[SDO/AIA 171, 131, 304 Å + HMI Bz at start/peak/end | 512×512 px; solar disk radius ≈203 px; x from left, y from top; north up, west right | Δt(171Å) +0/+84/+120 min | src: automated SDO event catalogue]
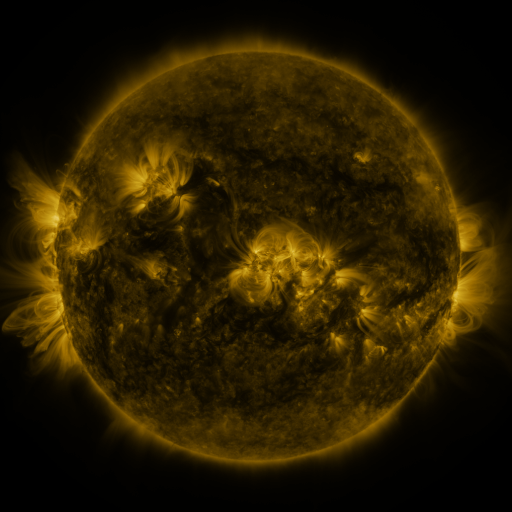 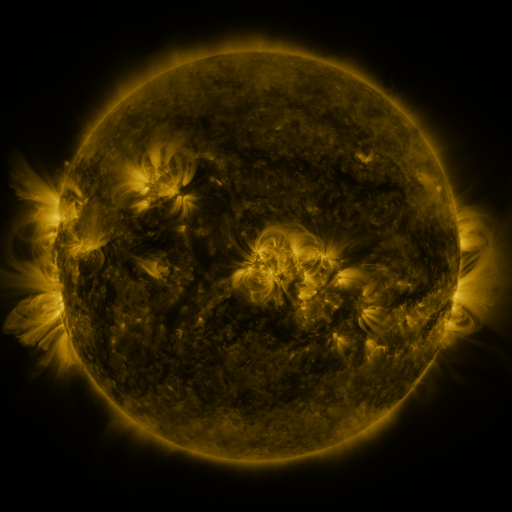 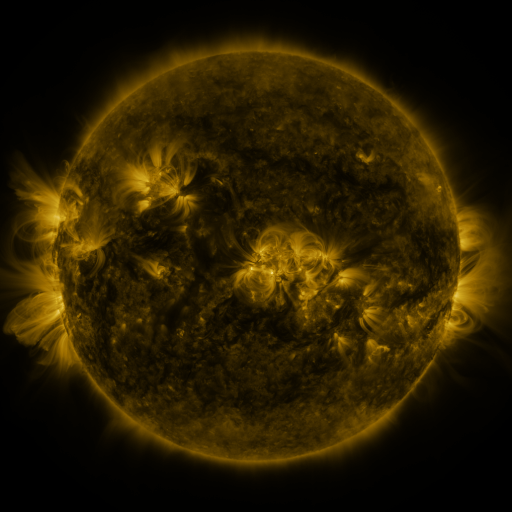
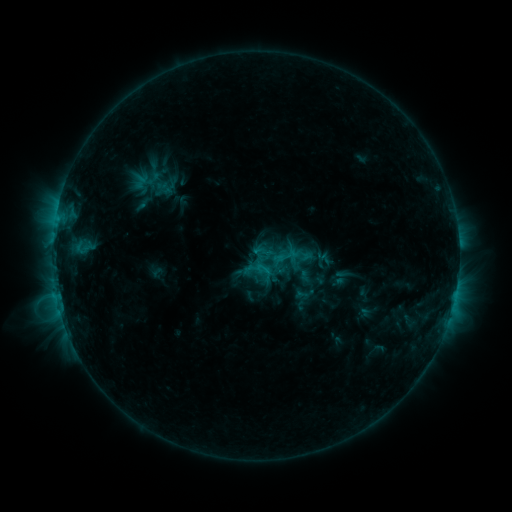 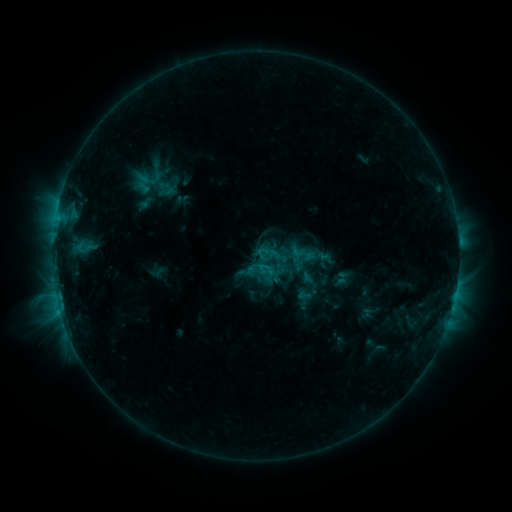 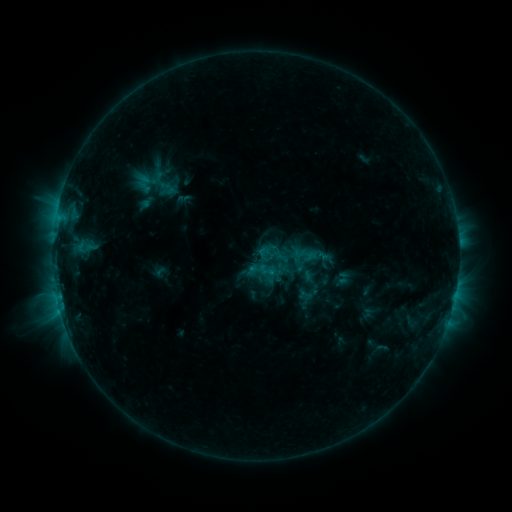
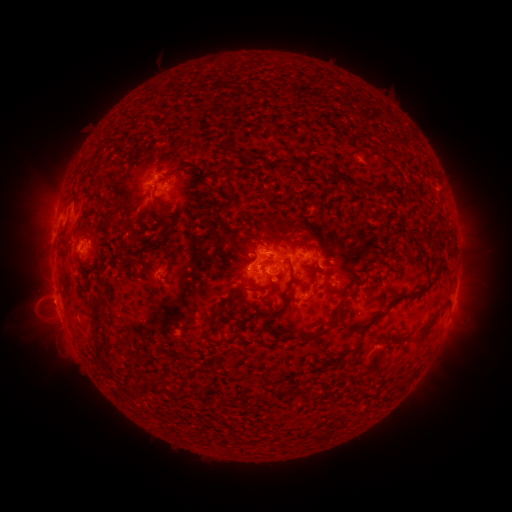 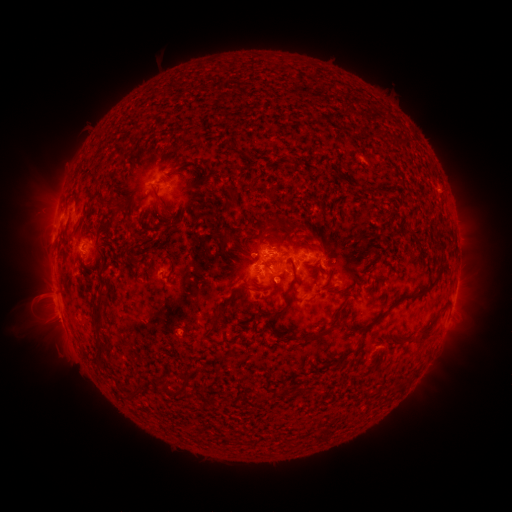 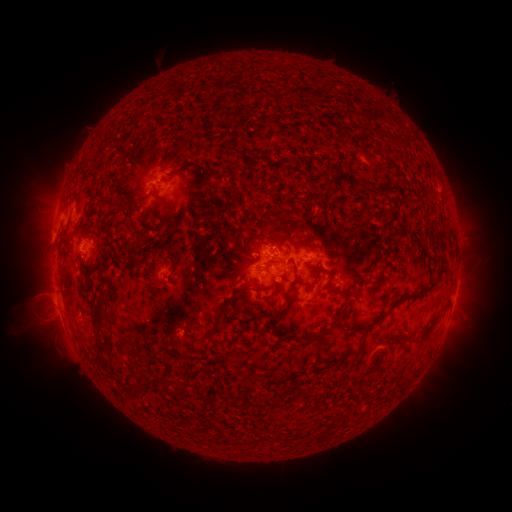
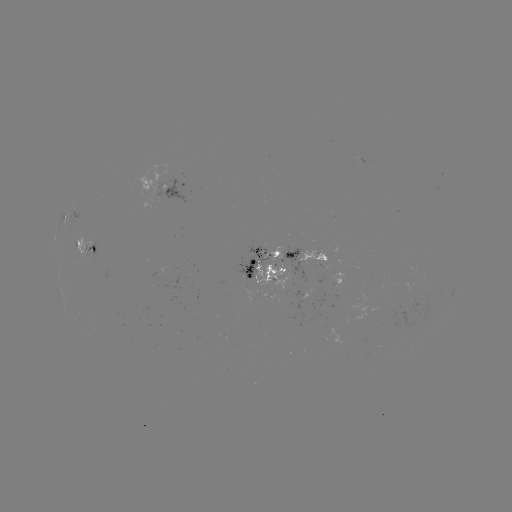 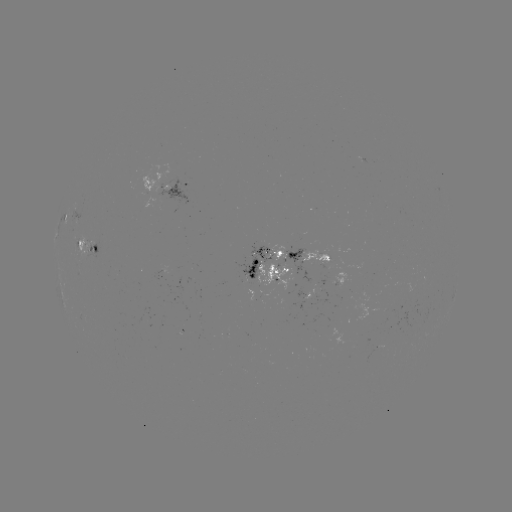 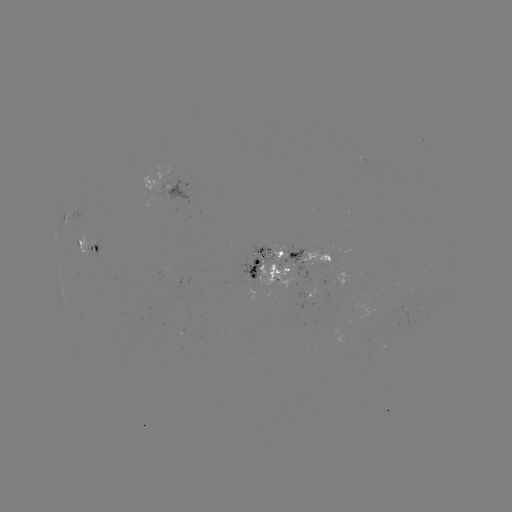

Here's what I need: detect emerging-flux region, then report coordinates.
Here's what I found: emerging-flux region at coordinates [159, 270].